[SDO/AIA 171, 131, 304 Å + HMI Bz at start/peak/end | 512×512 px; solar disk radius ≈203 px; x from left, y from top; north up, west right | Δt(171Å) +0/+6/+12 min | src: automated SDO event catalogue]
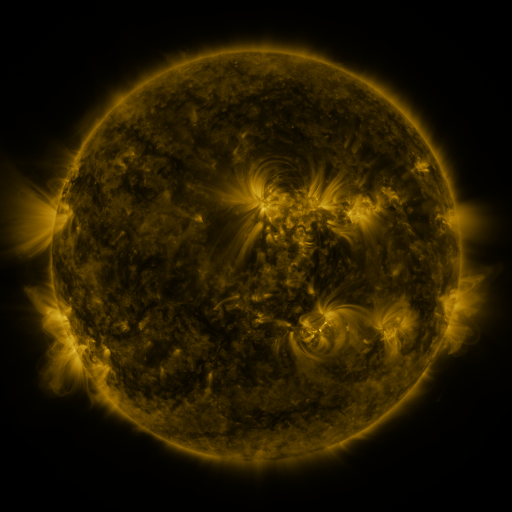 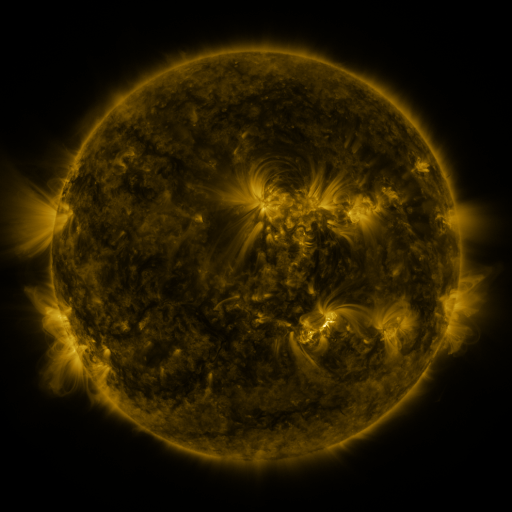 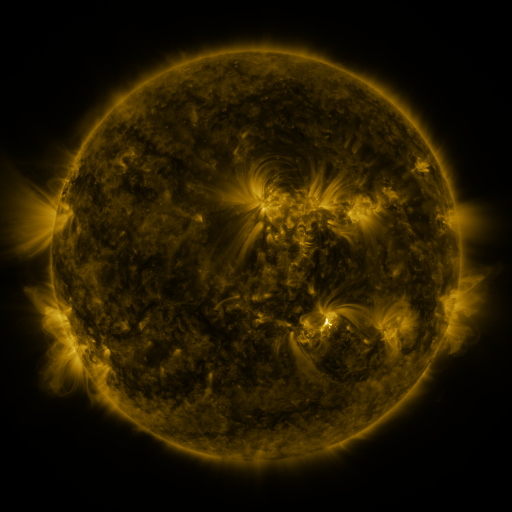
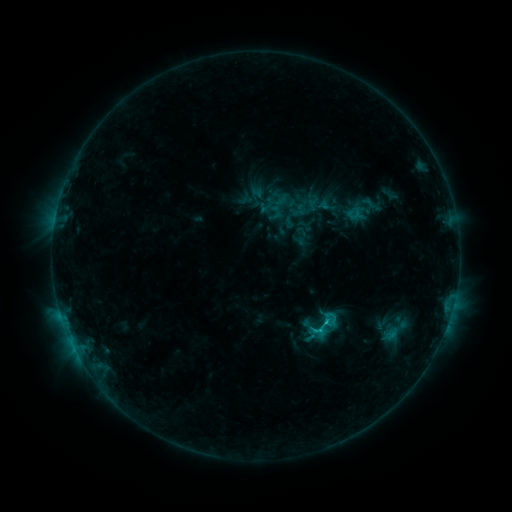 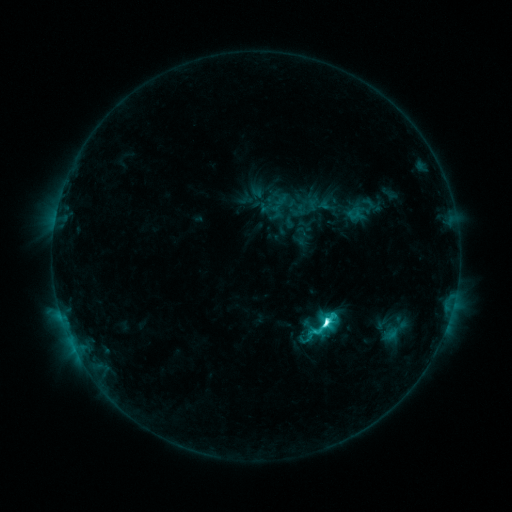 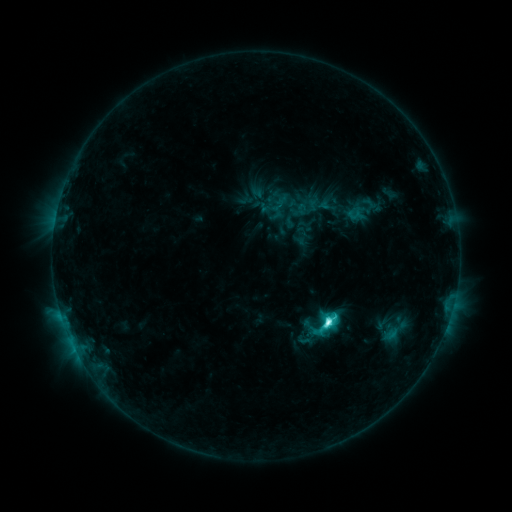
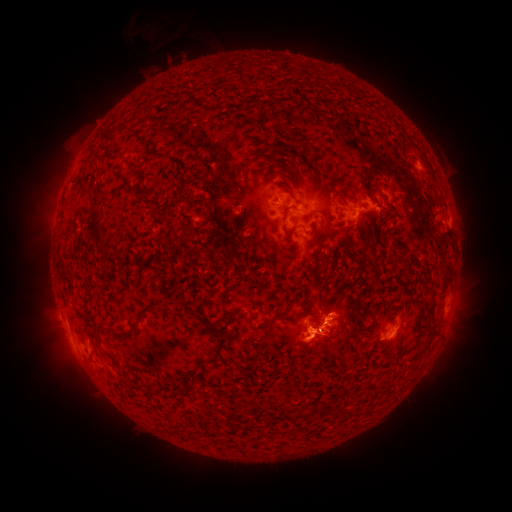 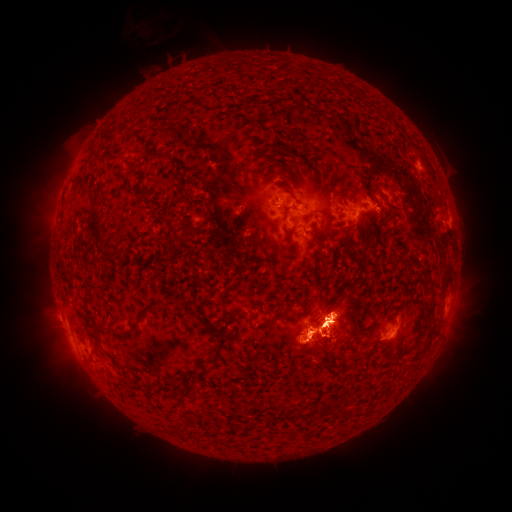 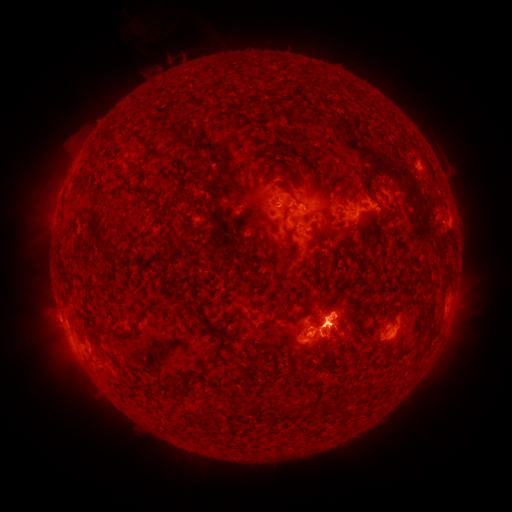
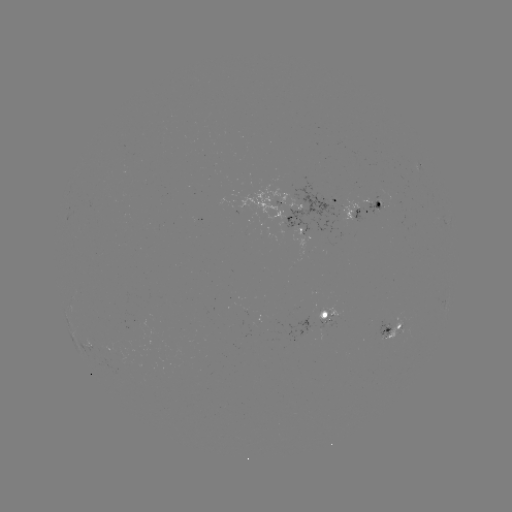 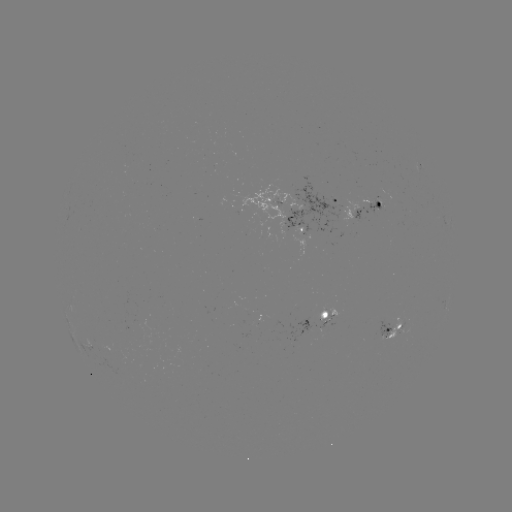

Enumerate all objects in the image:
eruption: (327, 263)
